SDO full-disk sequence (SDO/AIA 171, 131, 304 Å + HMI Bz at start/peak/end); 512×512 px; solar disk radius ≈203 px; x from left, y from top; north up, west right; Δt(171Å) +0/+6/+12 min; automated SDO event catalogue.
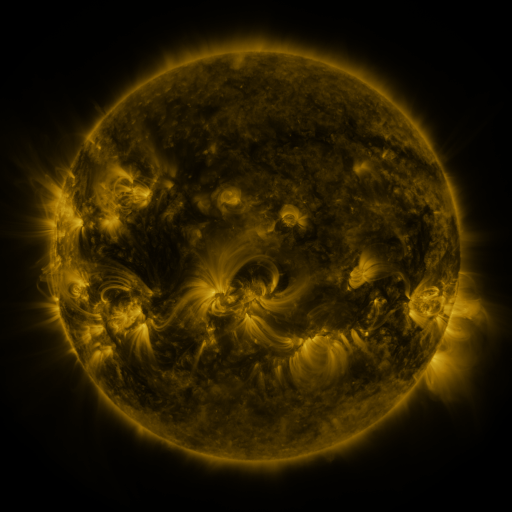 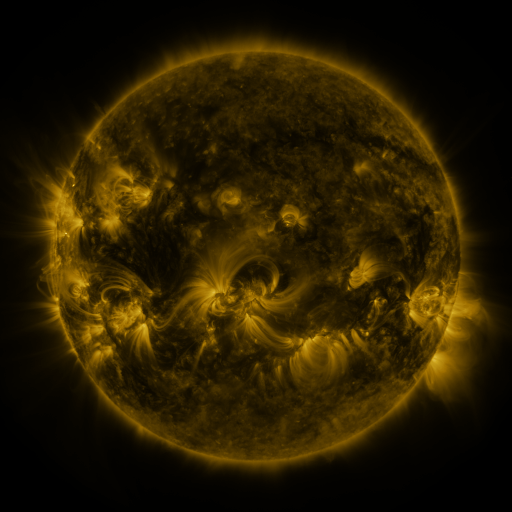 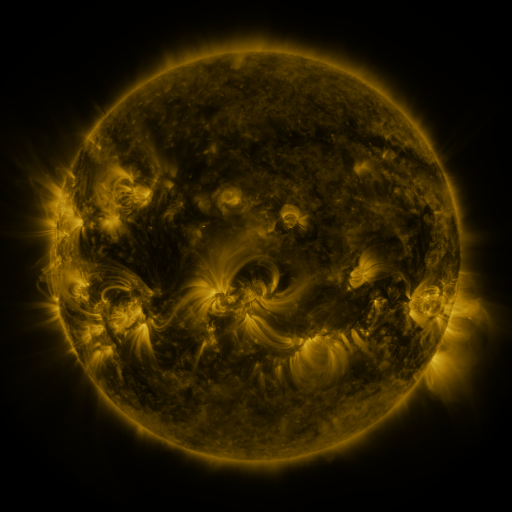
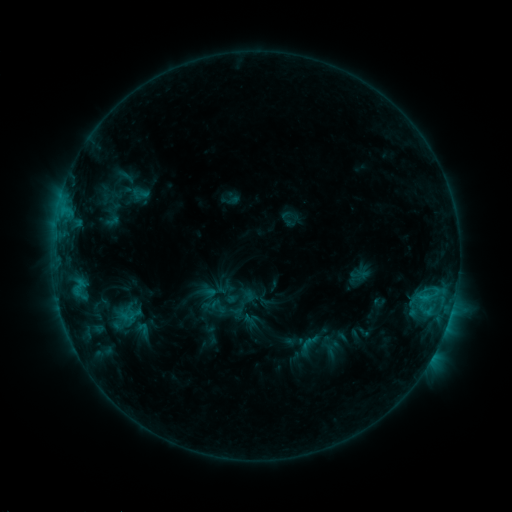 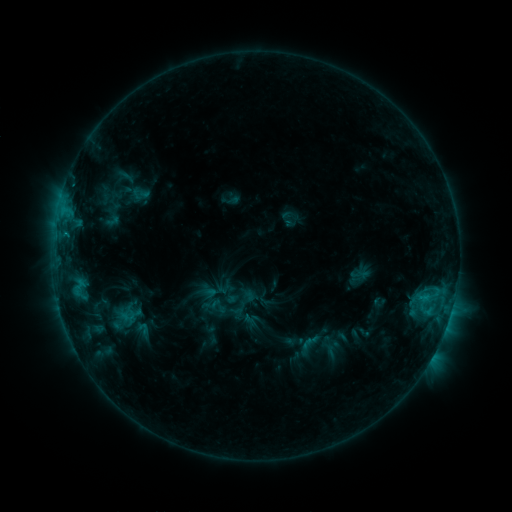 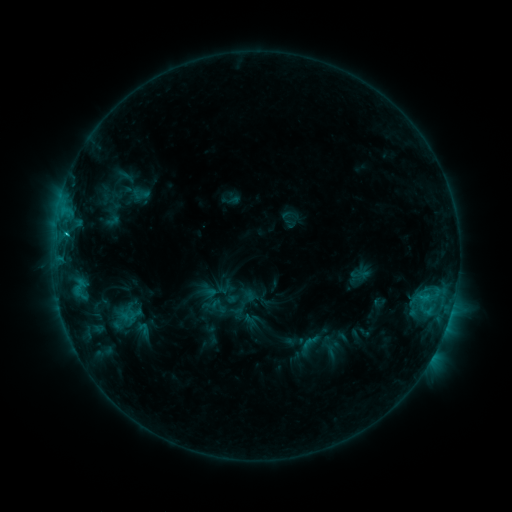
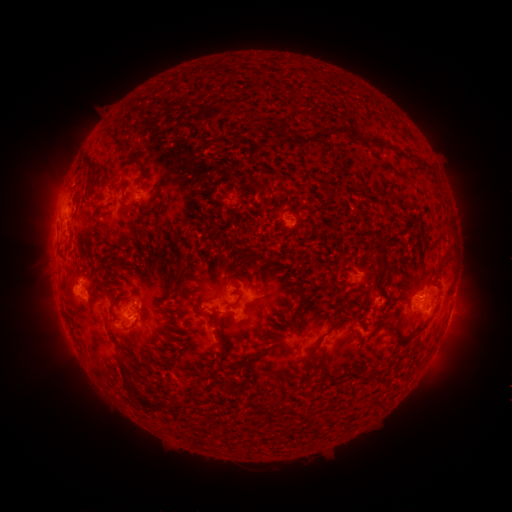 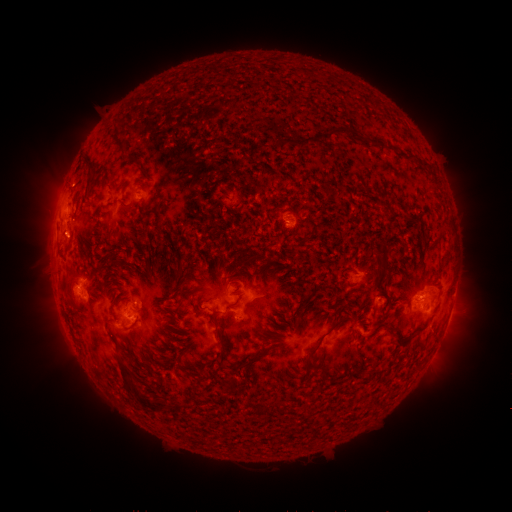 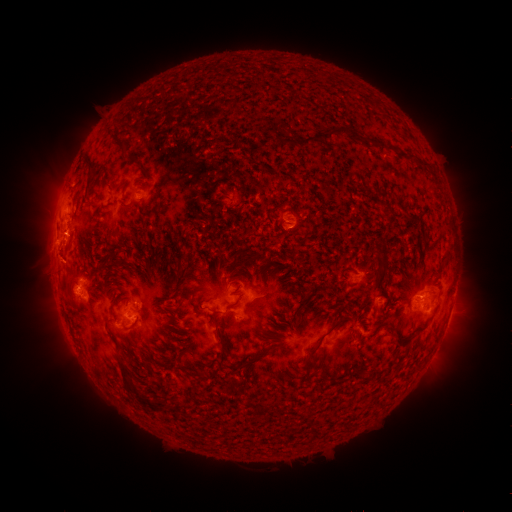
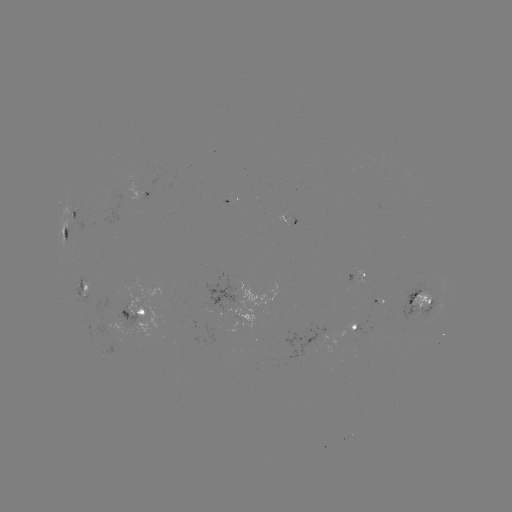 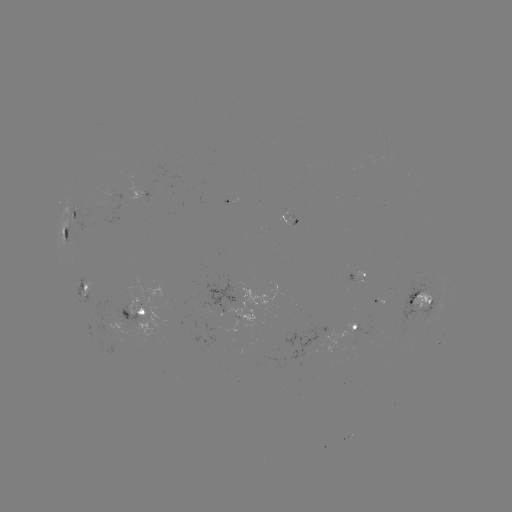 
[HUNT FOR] C1.9 flare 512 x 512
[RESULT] [67, 237]